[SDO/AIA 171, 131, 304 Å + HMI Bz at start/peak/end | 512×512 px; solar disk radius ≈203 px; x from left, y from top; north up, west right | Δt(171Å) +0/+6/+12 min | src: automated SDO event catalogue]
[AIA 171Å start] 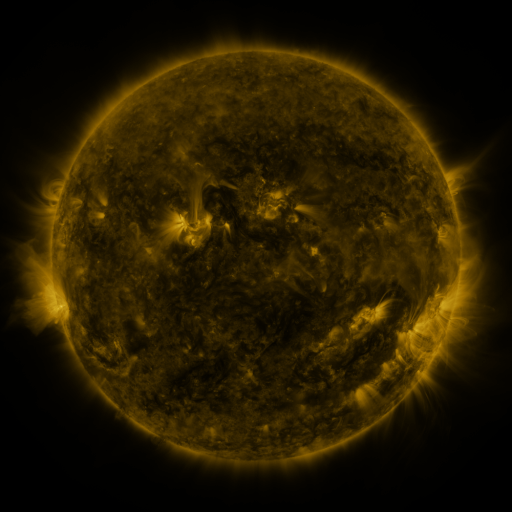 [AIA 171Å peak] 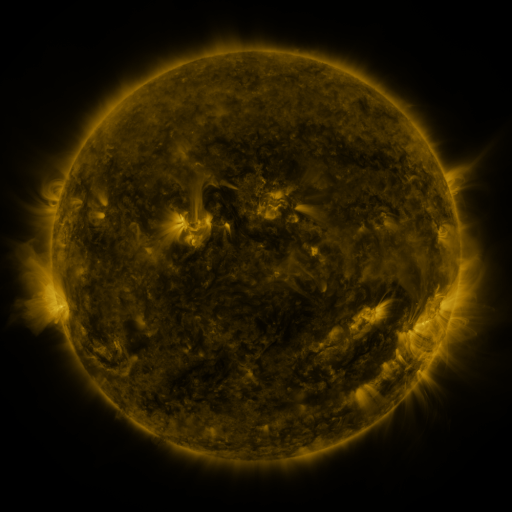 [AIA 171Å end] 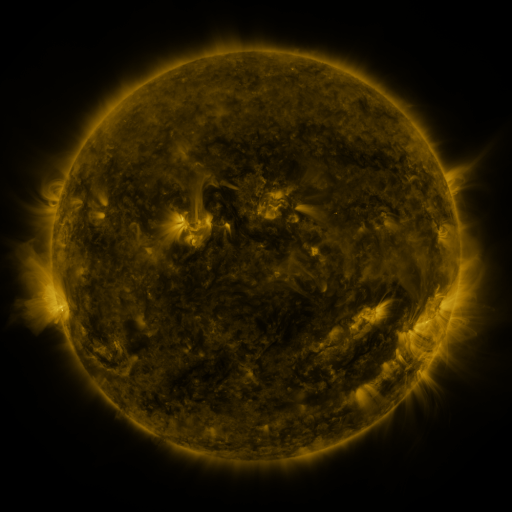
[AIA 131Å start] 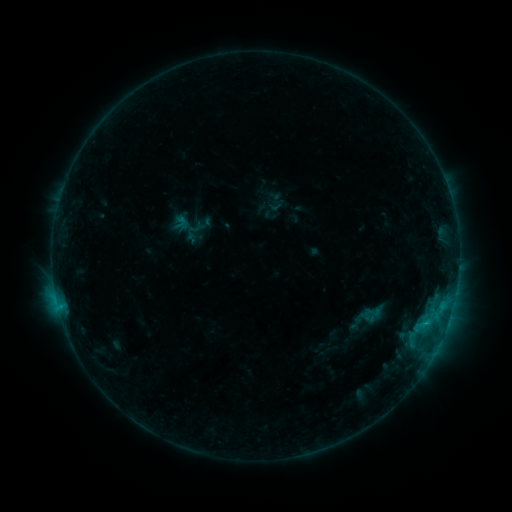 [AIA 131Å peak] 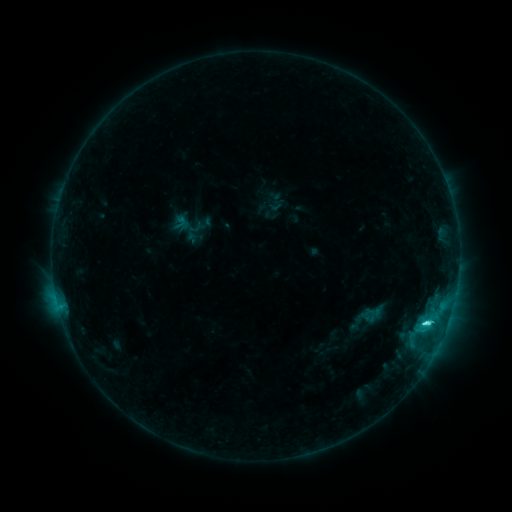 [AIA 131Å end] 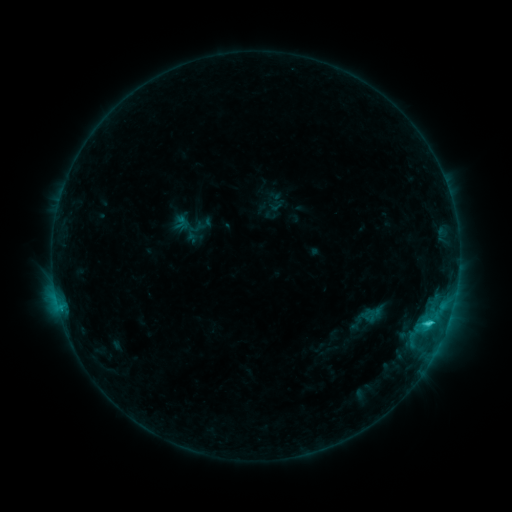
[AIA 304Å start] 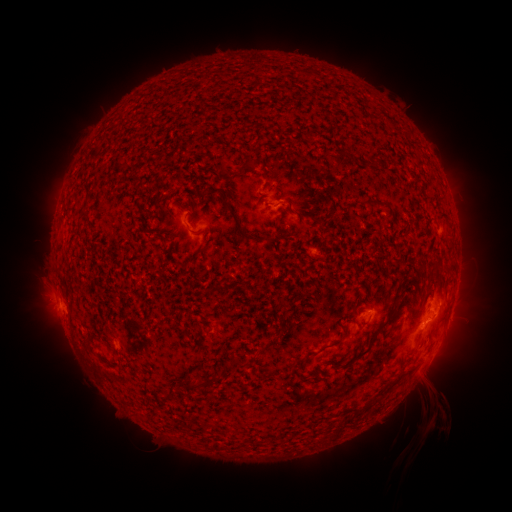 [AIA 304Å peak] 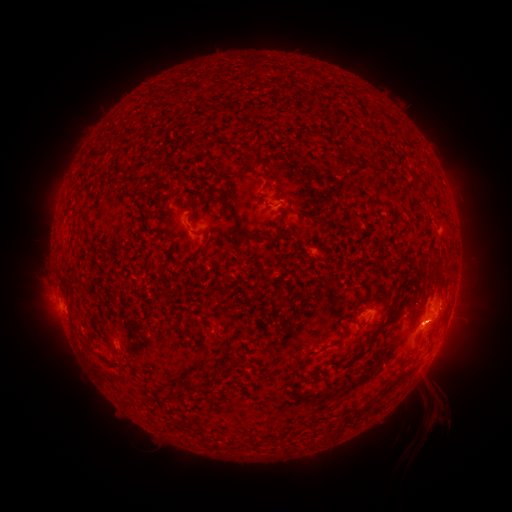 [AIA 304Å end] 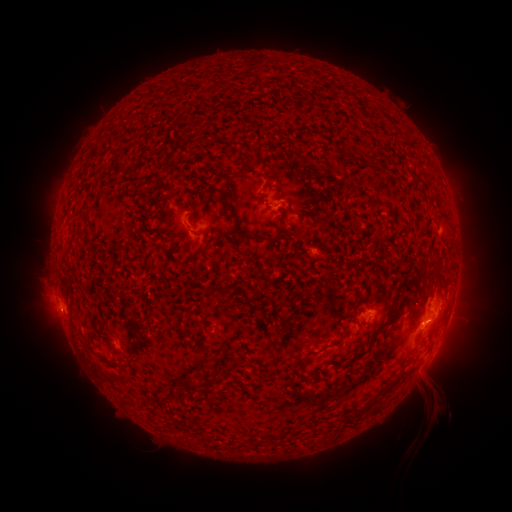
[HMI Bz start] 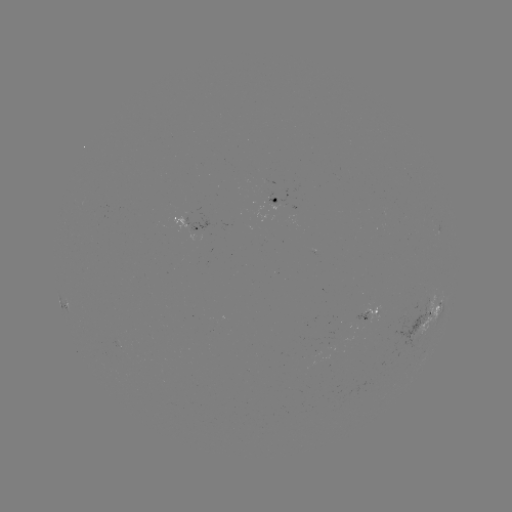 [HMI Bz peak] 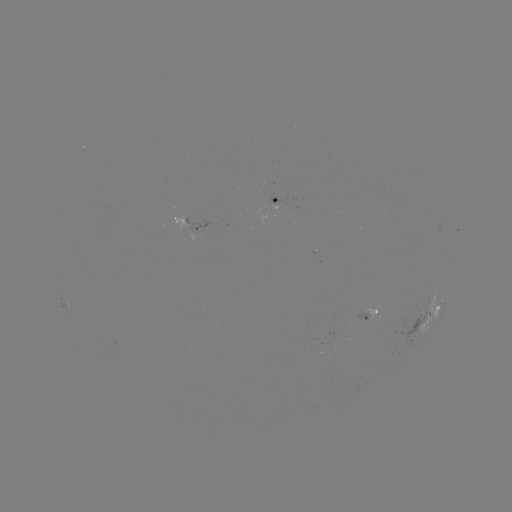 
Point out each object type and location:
C3.1 flare: (426, 320)
